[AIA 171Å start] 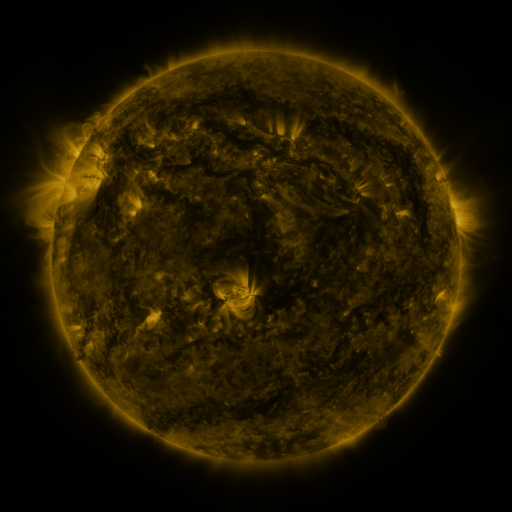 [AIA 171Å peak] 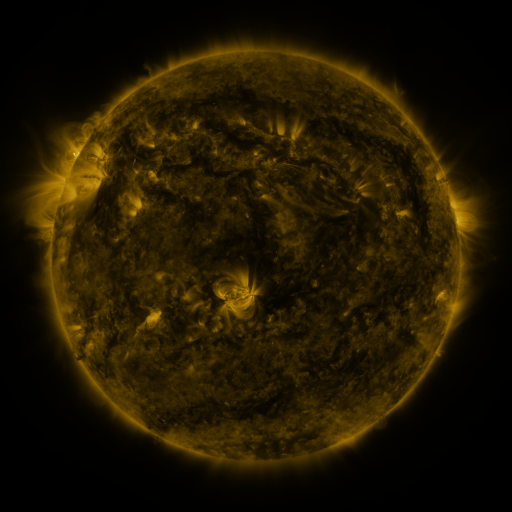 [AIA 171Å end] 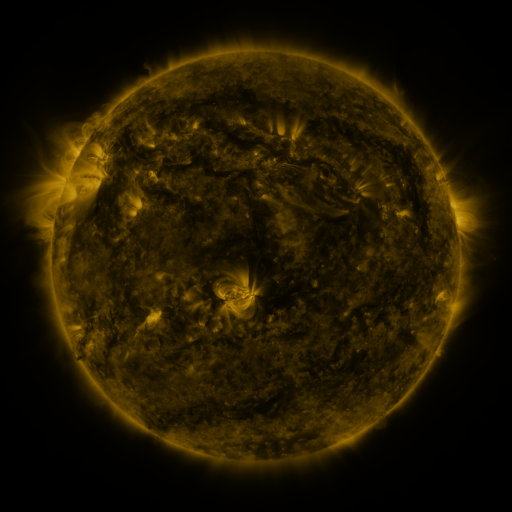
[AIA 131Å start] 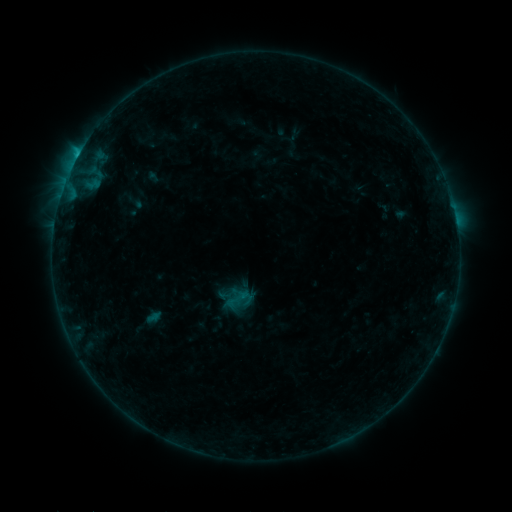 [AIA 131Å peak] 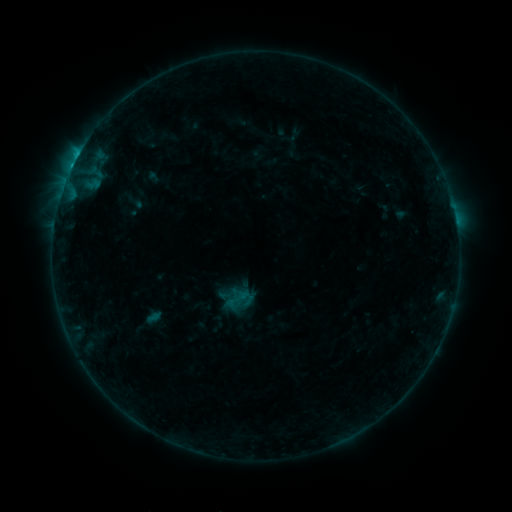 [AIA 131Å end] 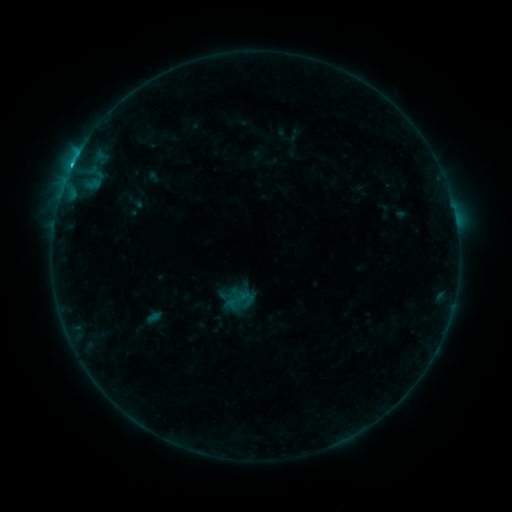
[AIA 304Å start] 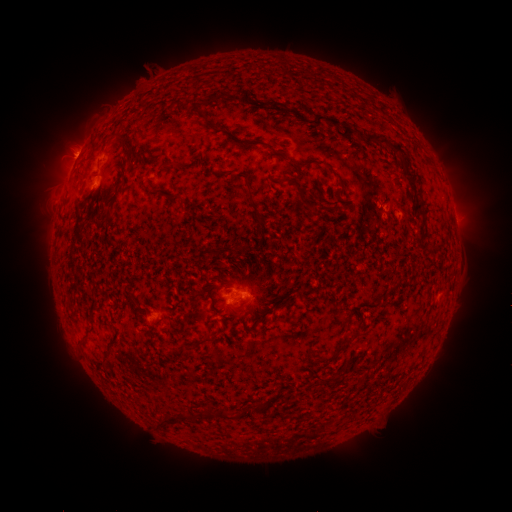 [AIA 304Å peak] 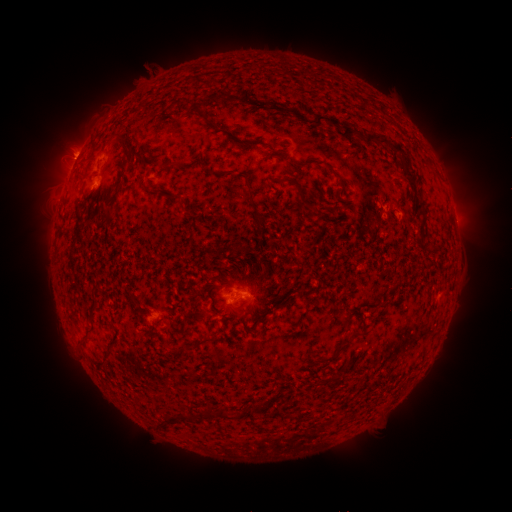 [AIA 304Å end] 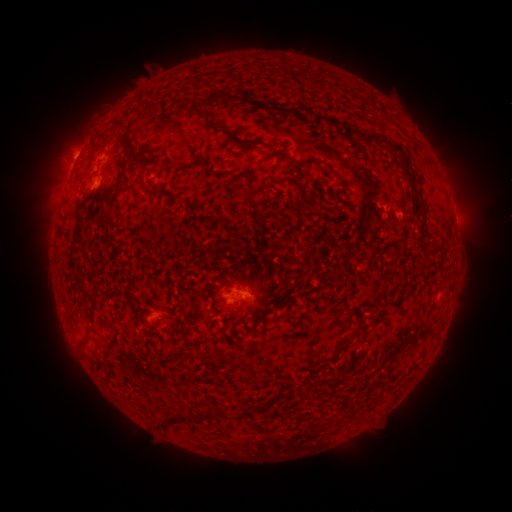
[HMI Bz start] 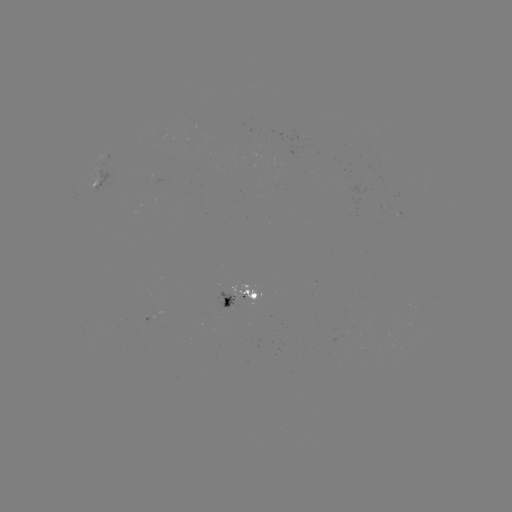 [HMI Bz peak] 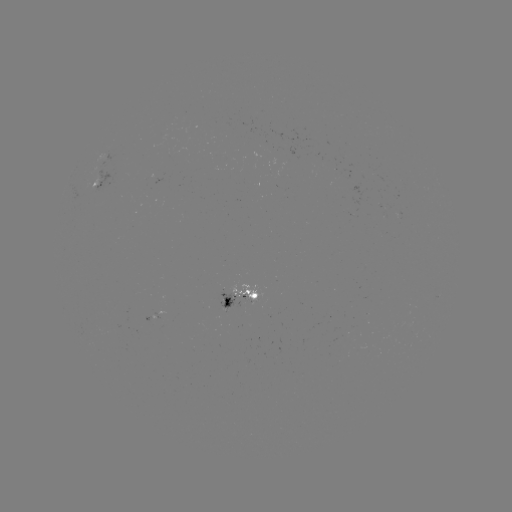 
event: flare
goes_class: C1.5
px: (72, 169)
